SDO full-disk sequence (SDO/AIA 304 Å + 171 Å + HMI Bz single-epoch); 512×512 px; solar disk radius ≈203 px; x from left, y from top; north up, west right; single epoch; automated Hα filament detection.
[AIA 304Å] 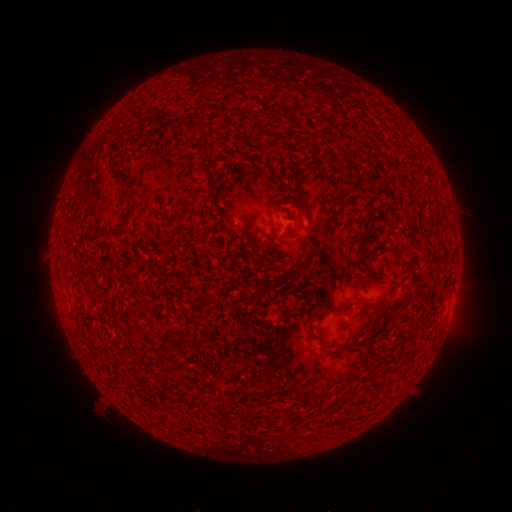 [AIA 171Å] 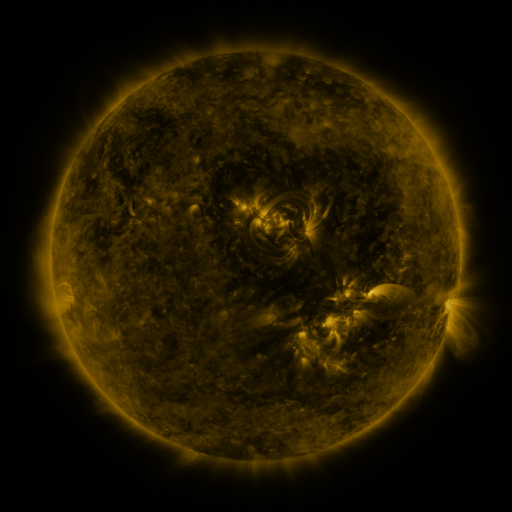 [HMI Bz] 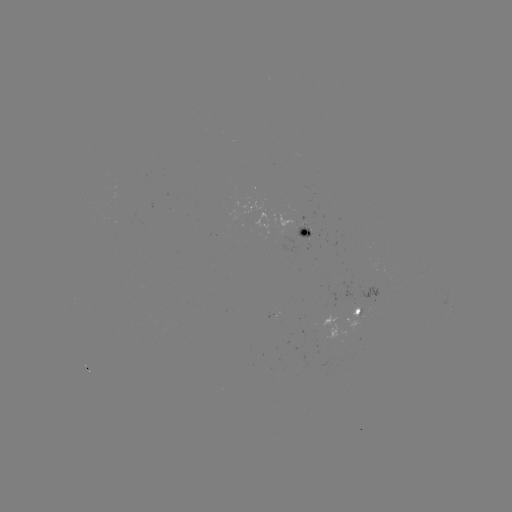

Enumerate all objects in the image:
filament: (191, 126)
filament: (208, 154)
filament: (211, 181)
filament: (125, 196)
filament: (366, 226)
filament: (116, 232)
filament: (376, 274)
filament: (384, 304)
filament: (339, 309)
